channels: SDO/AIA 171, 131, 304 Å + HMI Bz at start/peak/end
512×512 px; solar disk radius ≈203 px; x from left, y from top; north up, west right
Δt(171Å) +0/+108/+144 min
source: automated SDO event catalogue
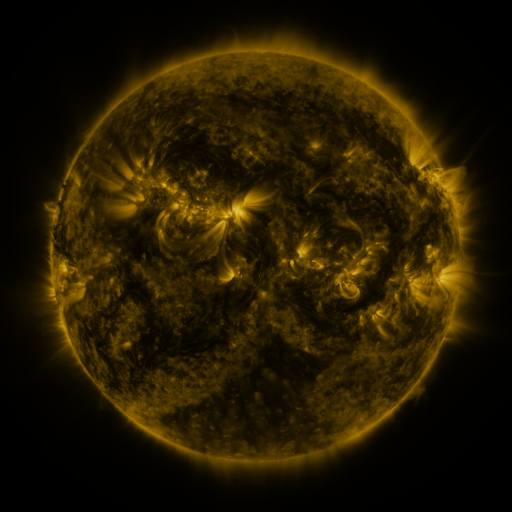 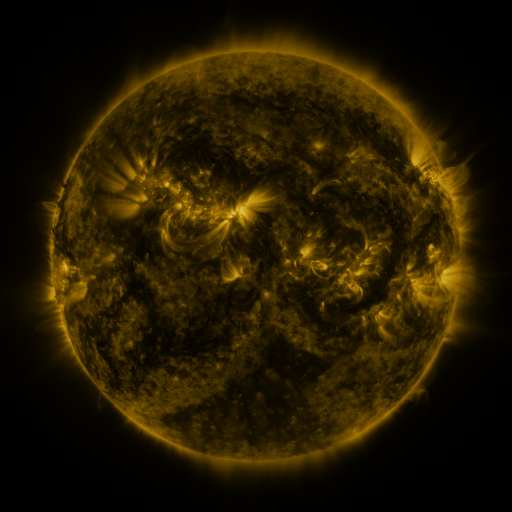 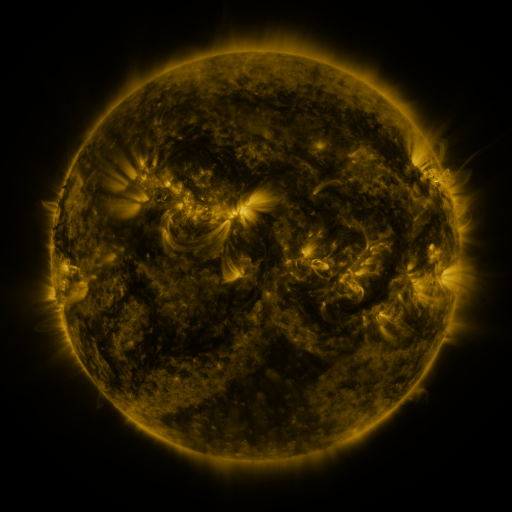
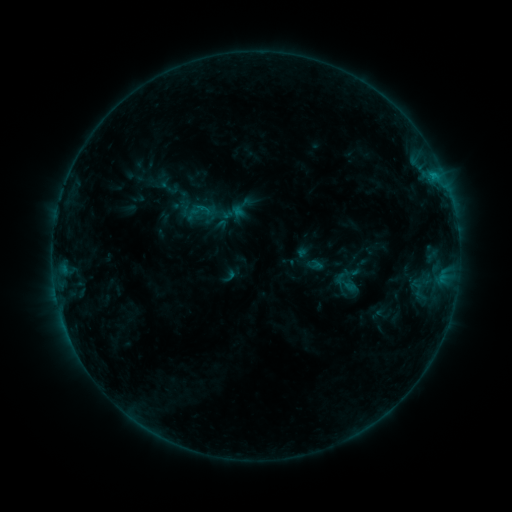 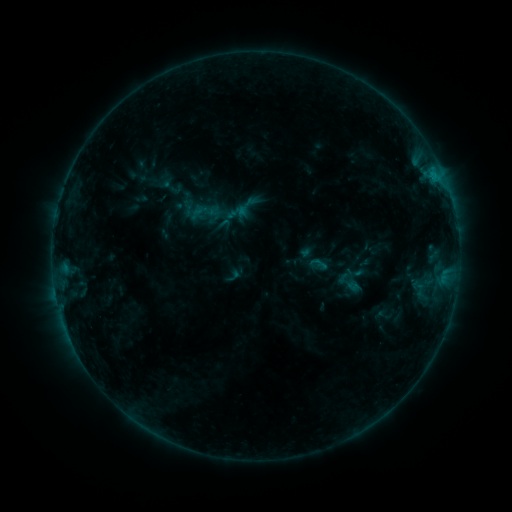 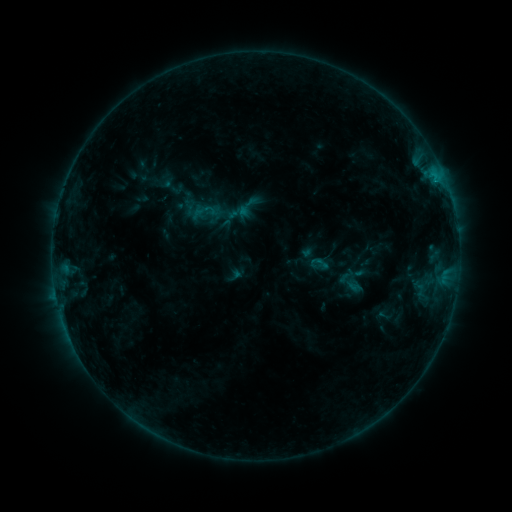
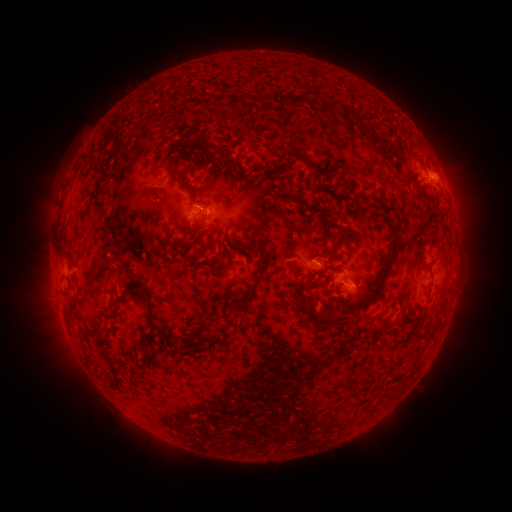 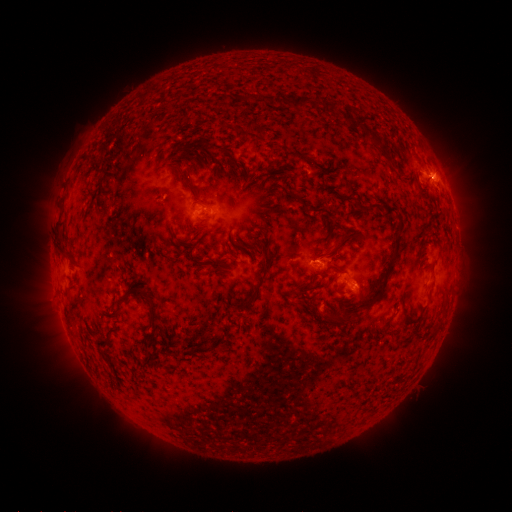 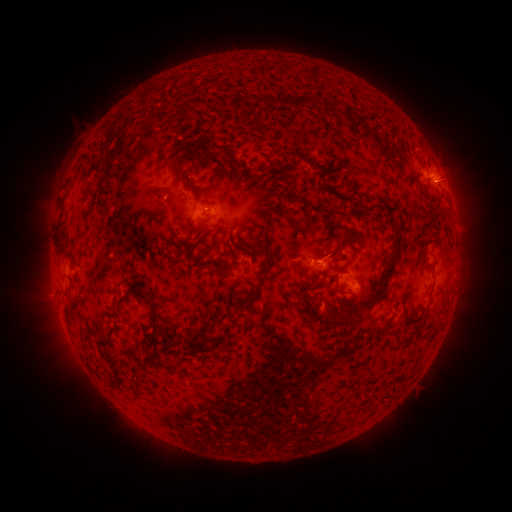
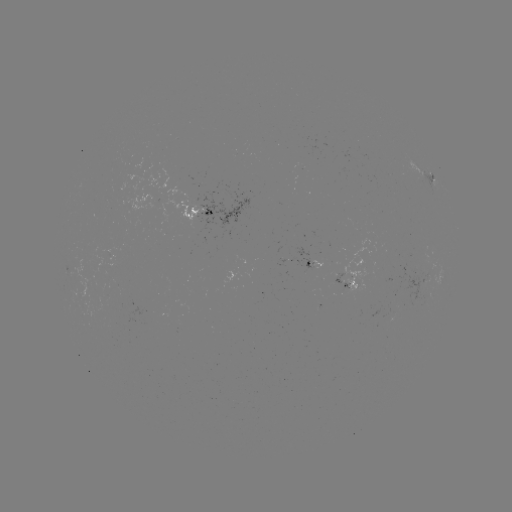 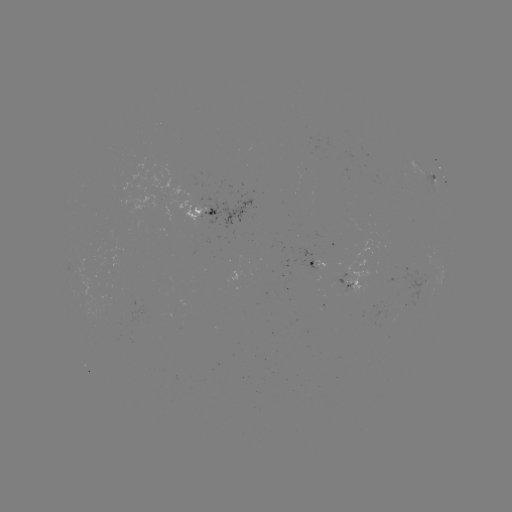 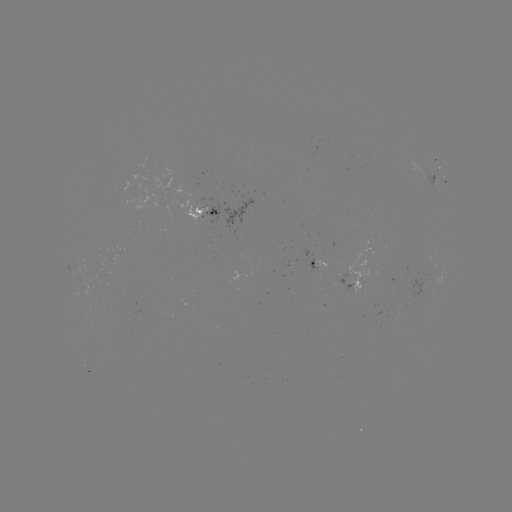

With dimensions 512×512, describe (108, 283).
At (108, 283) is emerging-flux region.